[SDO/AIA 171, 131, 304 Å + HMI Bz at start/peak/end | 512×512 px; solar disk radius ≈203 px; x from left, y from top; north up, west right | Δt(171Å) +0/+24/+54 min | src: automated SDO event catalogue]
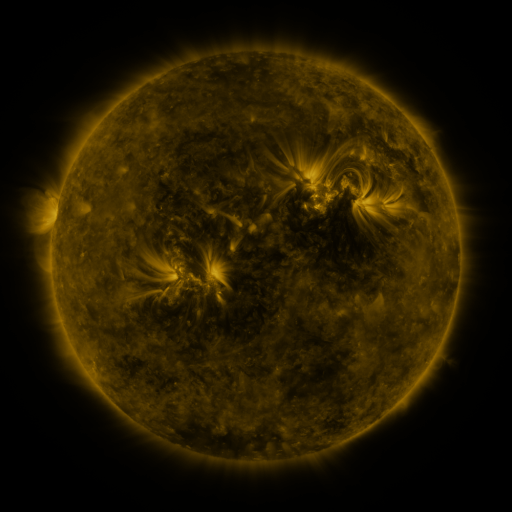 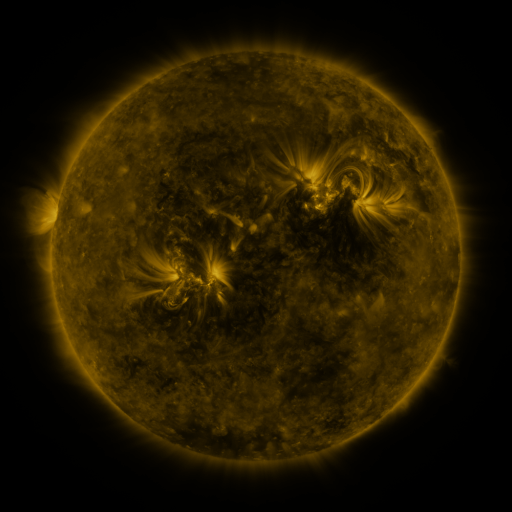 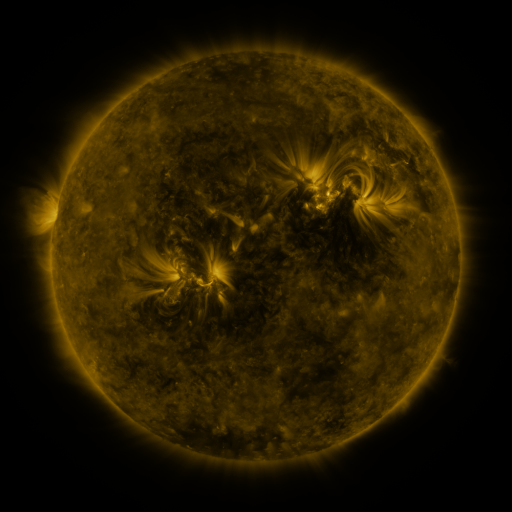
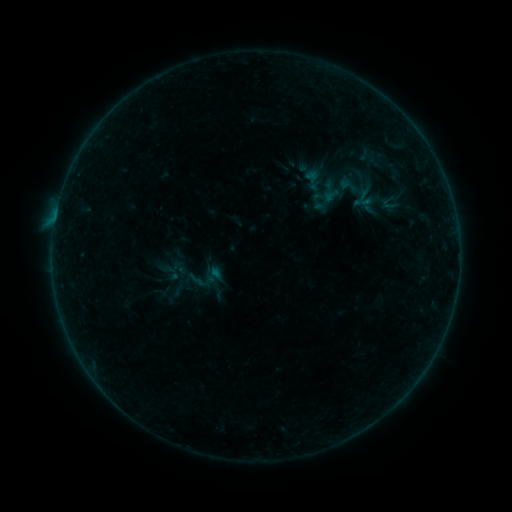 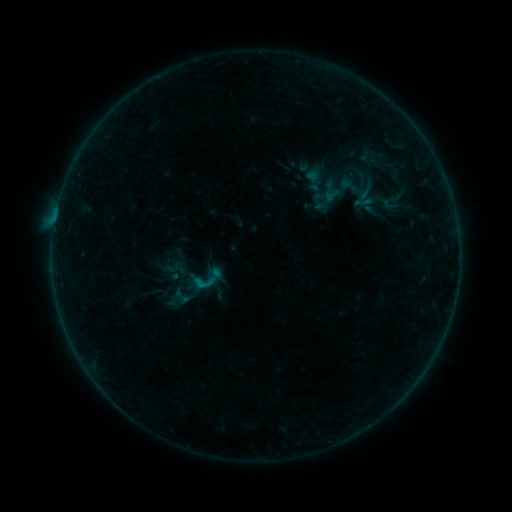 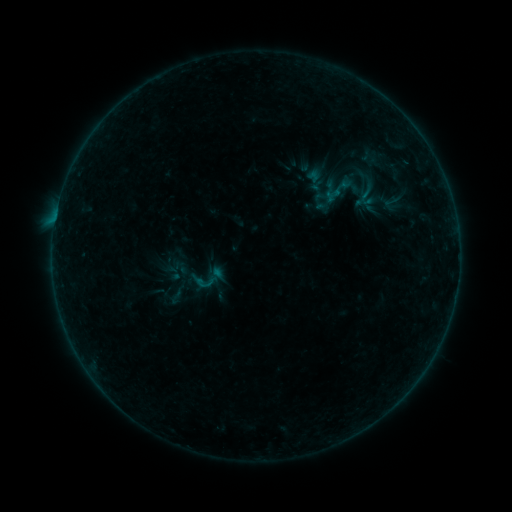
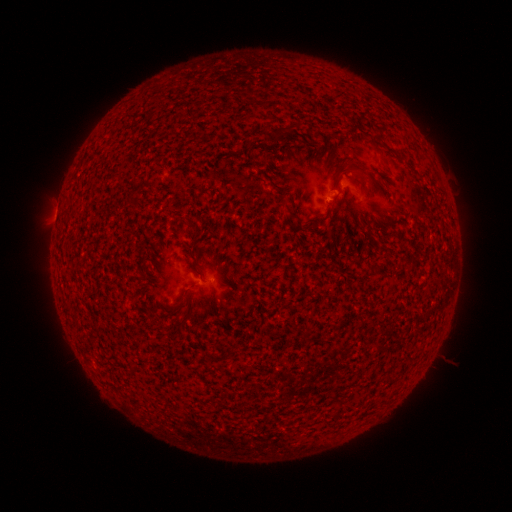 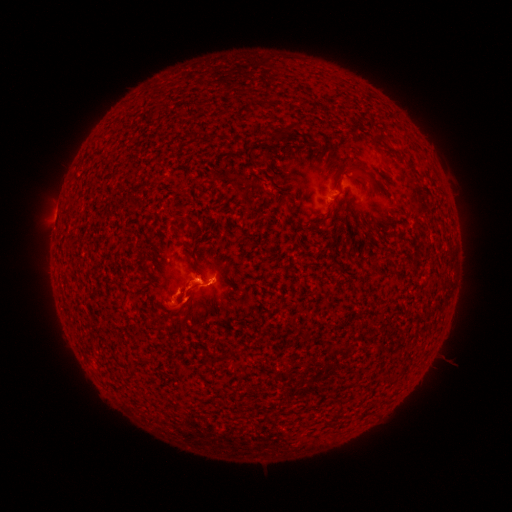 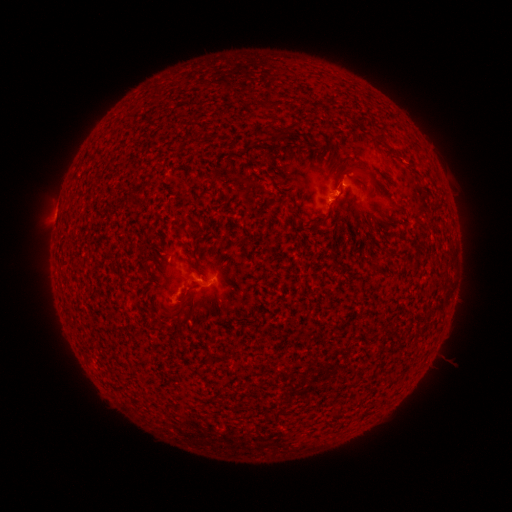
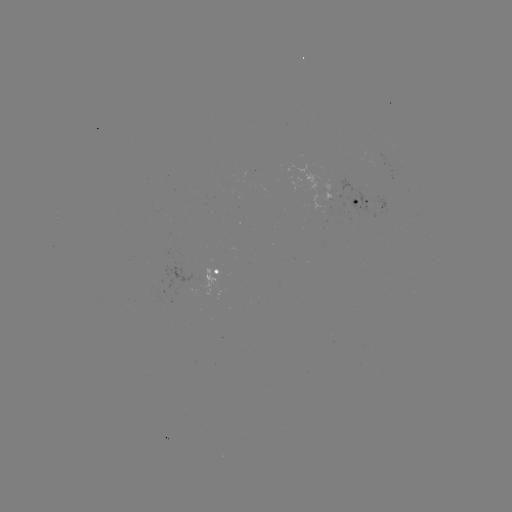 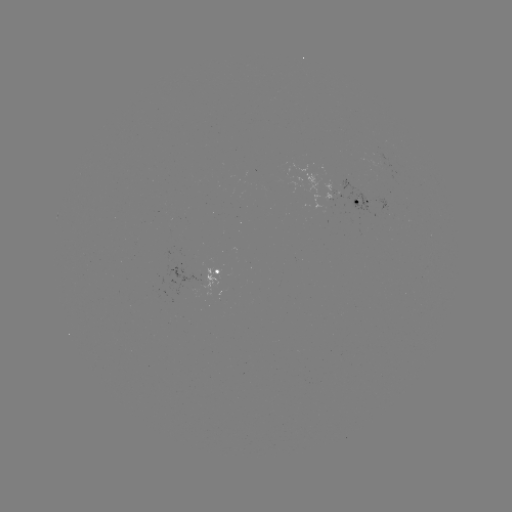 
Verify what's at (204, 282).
B5.0 flare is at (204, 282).